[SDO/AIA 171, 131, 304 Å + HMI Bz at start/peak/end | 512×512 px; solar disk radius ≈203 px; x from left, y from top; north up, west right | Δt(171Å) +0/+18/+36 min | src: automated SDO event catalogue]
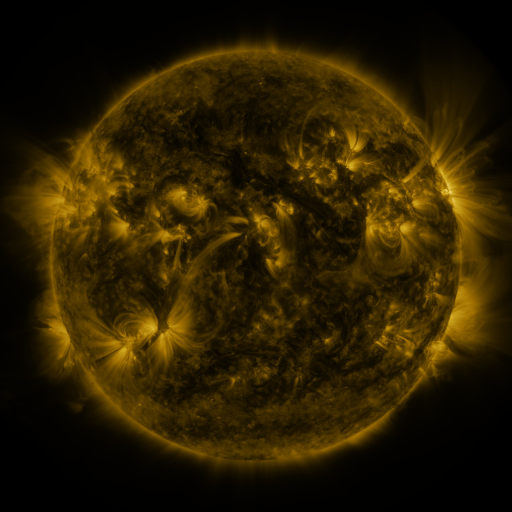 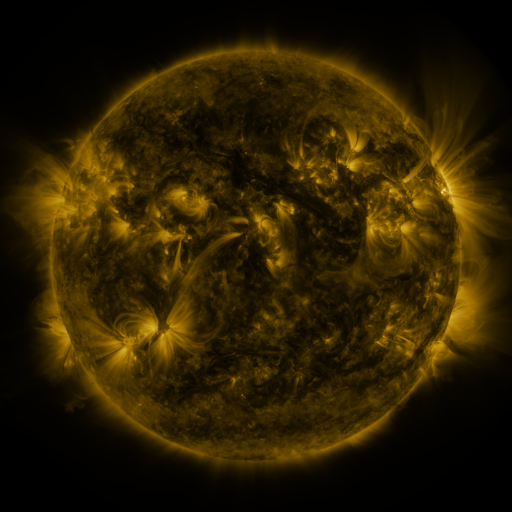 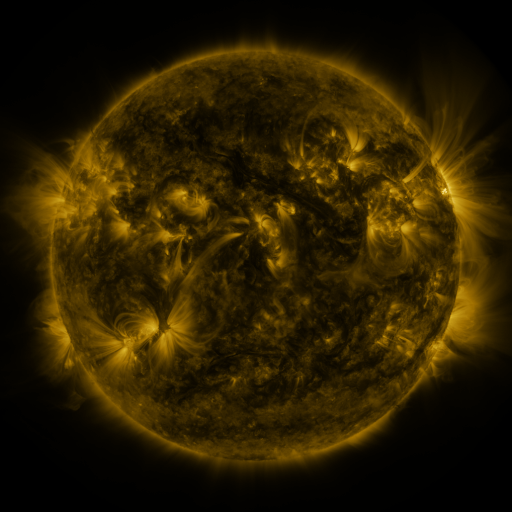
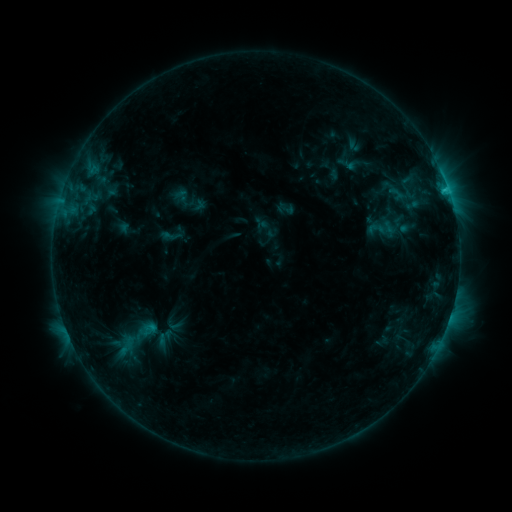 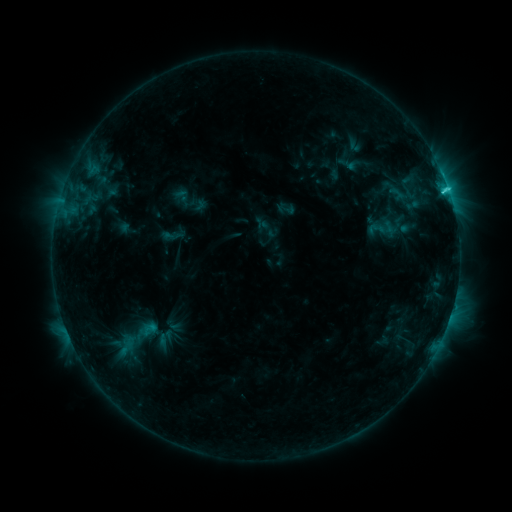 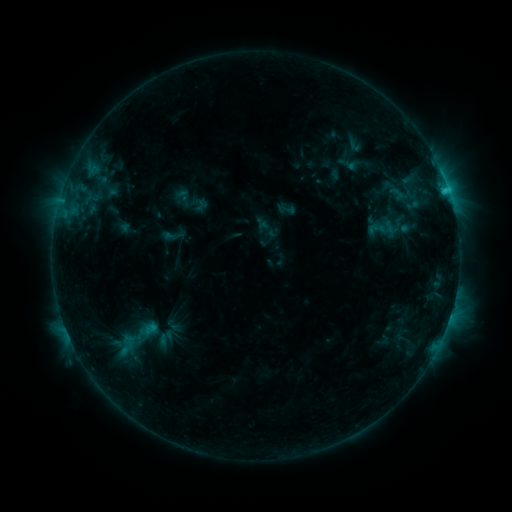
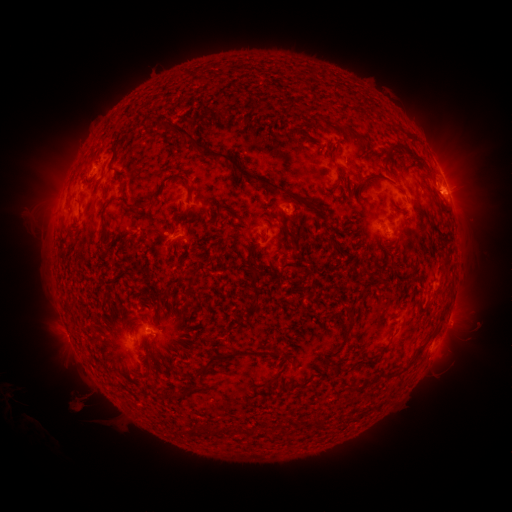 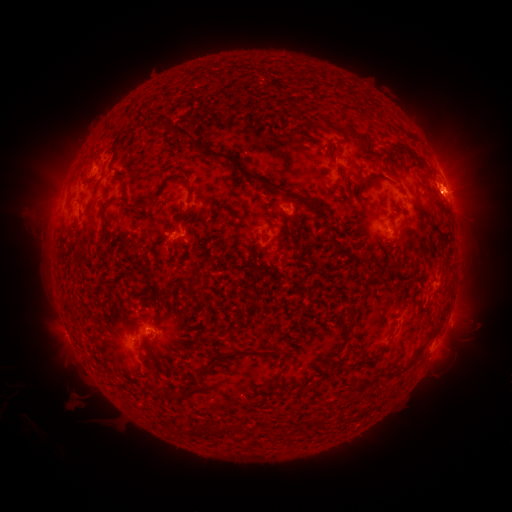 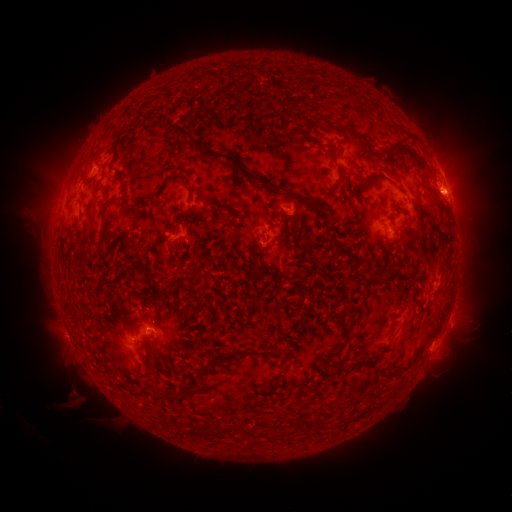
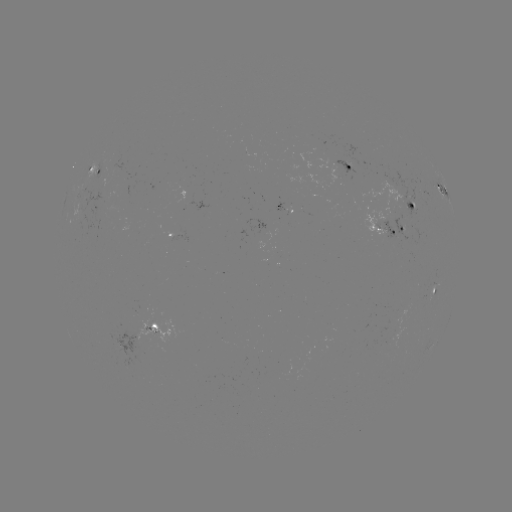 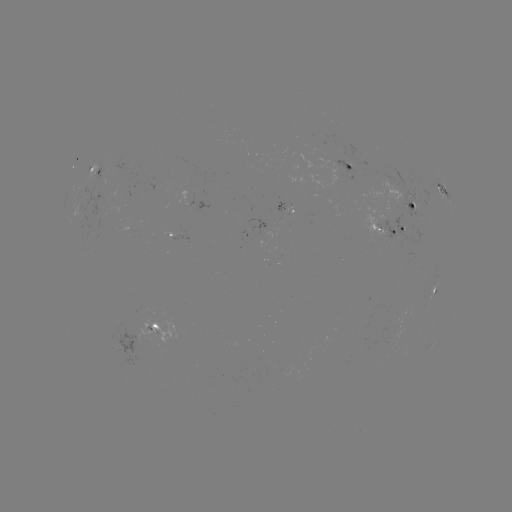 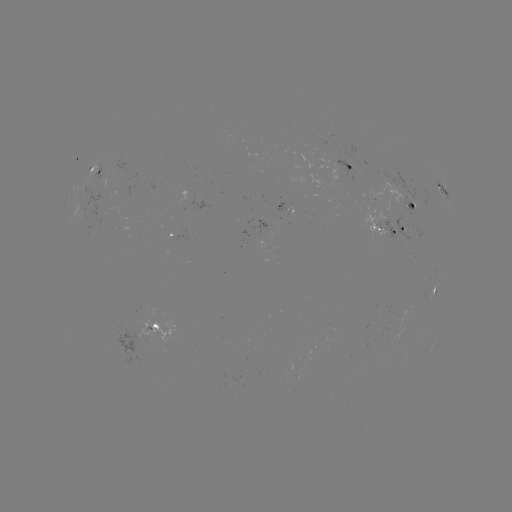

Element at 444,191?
C2.8 flare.